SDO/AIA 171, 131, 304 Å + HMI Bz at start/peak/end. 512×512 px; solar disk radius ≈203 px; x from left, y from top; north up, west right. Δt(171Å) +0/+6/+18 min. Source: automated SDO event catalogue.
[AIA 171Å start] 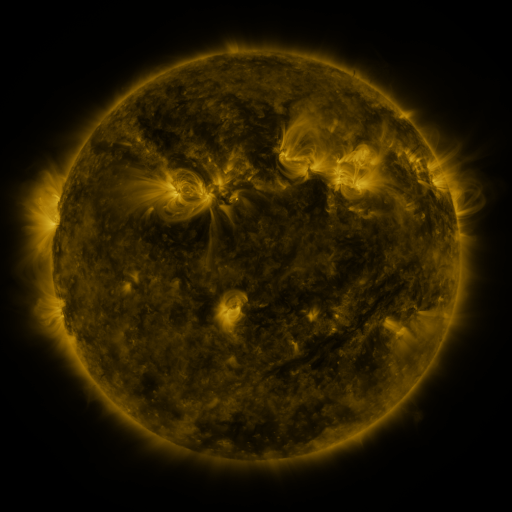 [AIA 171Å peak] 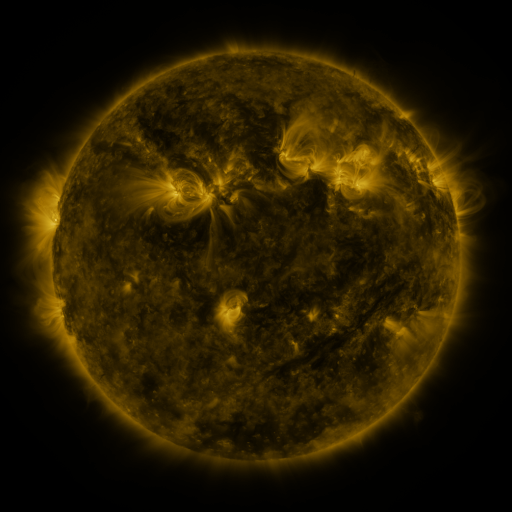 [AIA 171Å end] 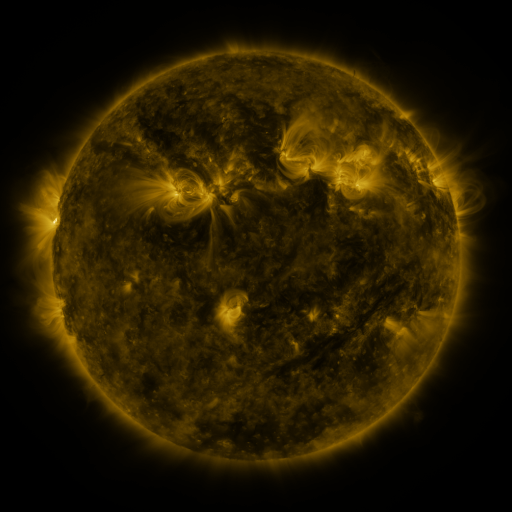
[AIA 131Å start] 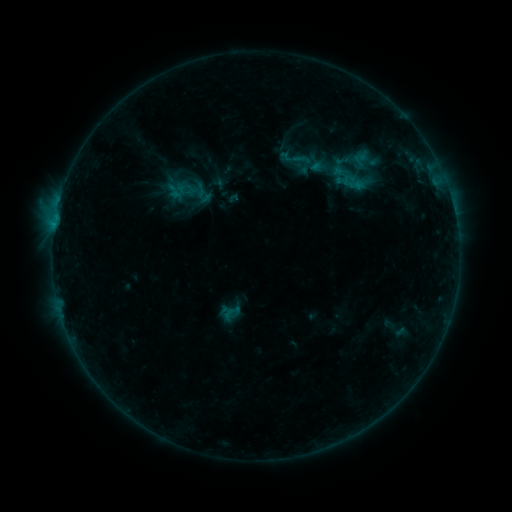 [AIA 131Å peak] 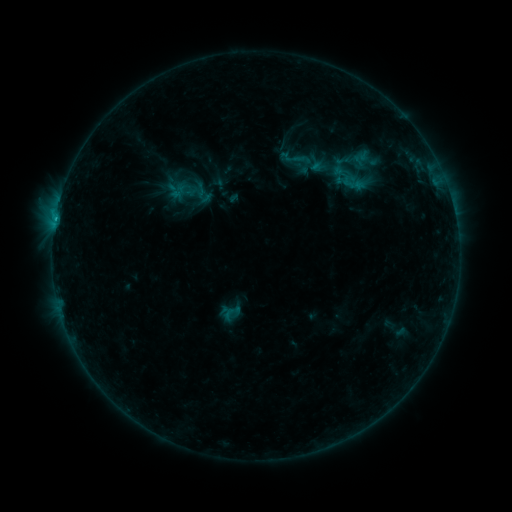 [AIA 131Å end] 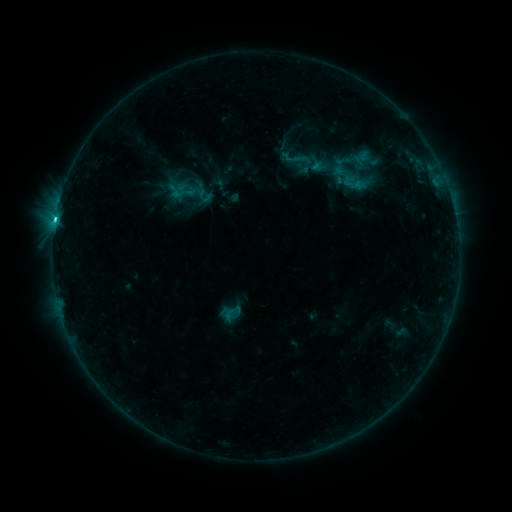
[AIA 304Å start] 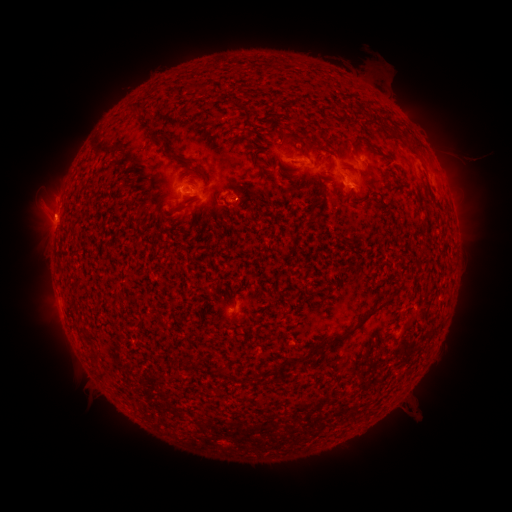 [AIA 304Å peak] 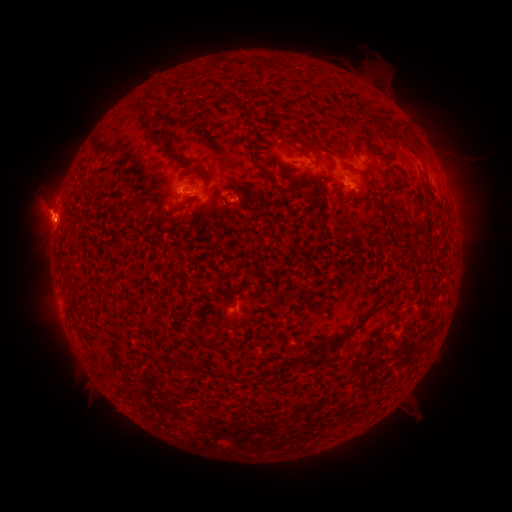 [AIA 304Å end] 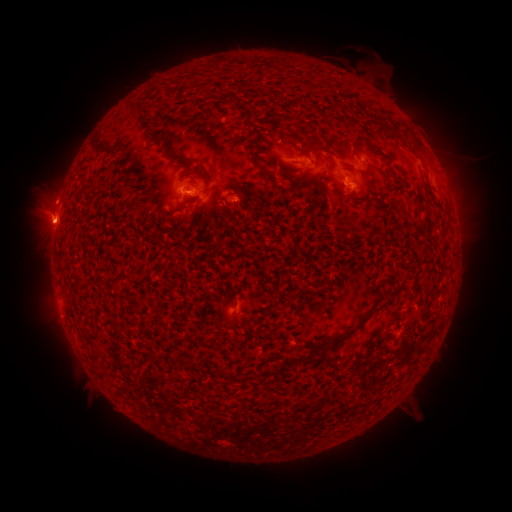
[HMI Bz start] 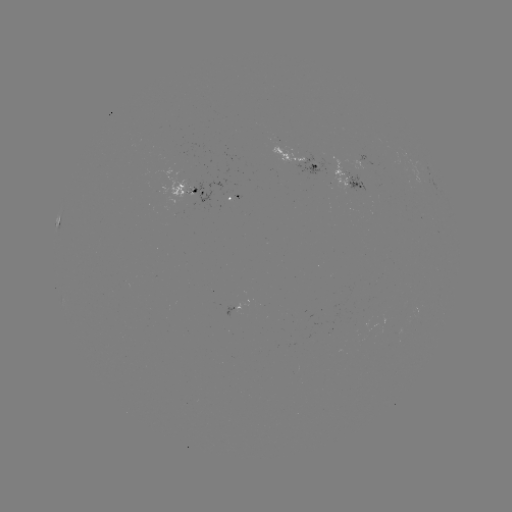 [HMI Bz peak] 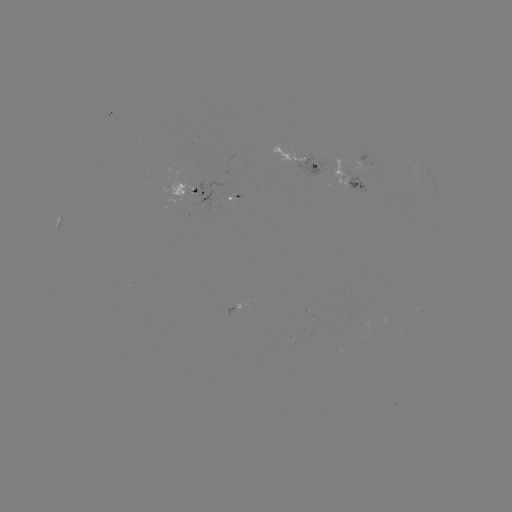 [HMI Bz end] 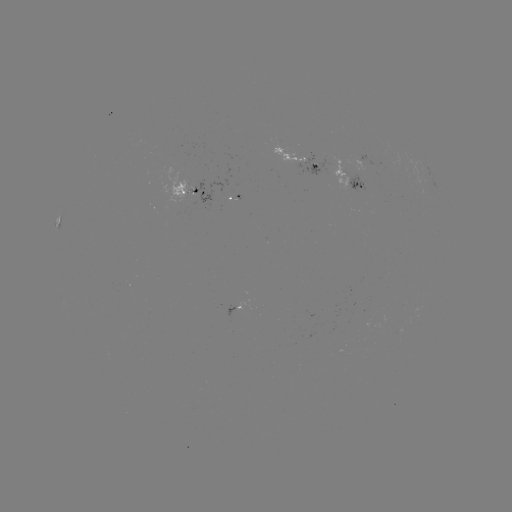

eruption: (8, 176, 100, 271)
